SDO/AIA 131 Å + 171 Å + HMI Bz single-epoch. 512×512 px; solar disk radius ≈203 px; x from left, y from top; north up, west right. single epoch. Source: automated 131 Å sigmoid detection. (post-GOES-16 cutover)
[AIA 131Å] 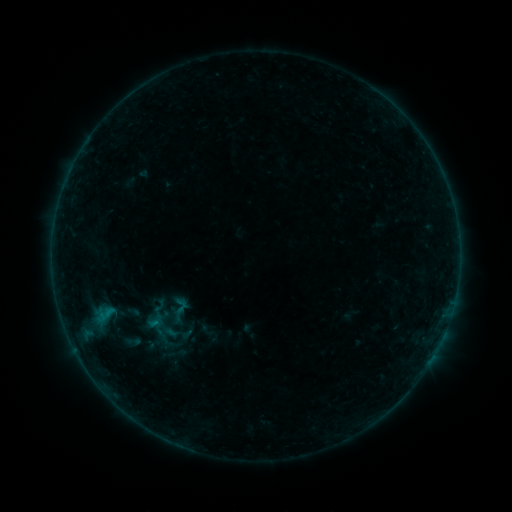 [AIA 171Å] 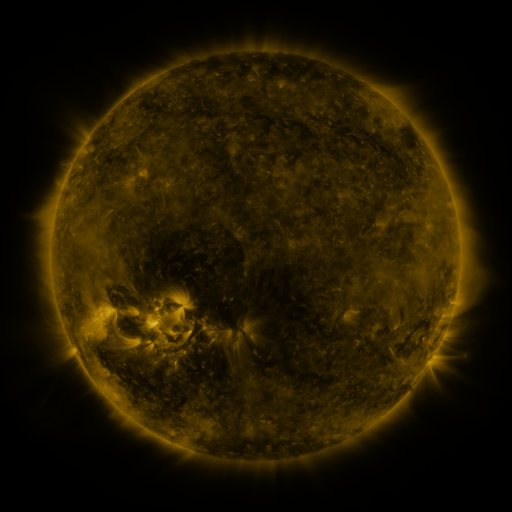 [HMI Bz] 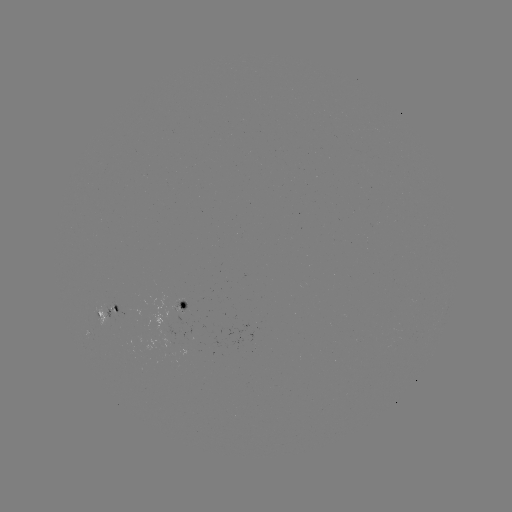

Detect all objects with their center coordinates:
sigmoid: <bbox>166, 307, 190, 325</bbox>
